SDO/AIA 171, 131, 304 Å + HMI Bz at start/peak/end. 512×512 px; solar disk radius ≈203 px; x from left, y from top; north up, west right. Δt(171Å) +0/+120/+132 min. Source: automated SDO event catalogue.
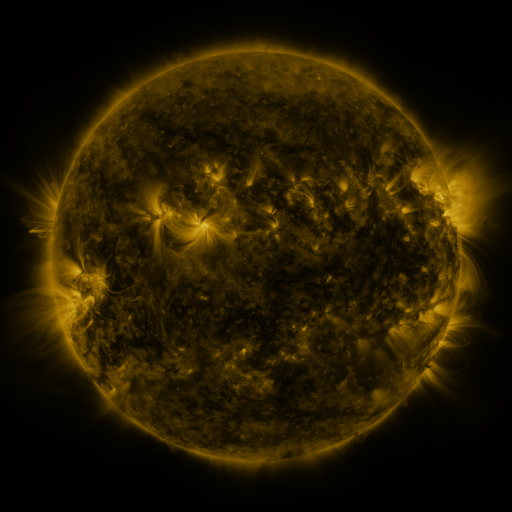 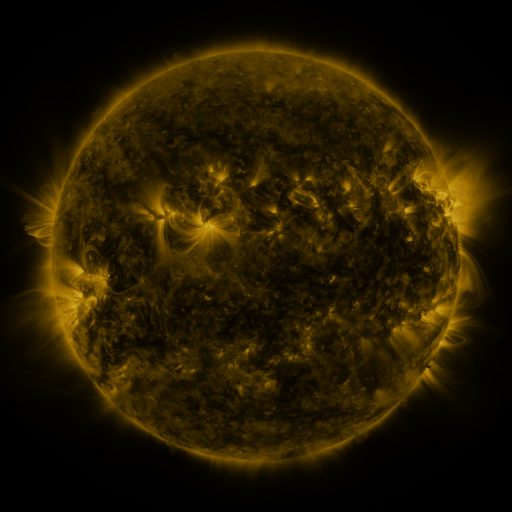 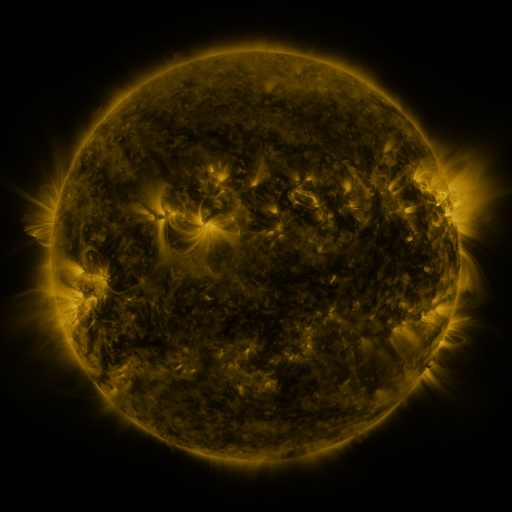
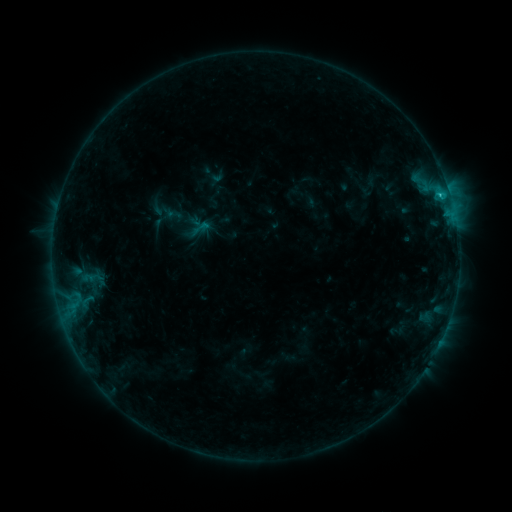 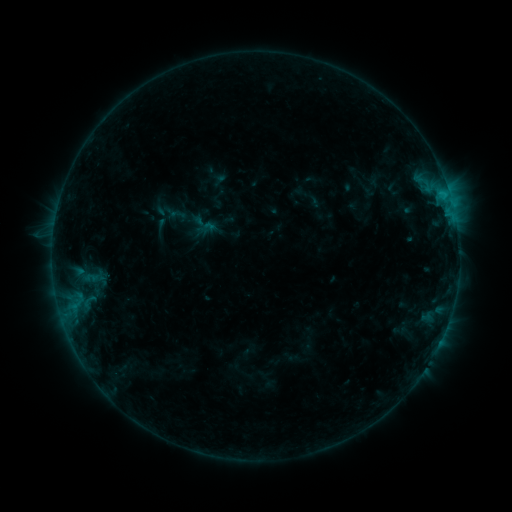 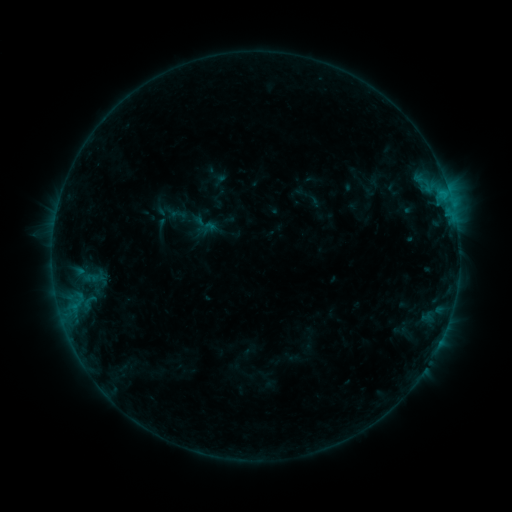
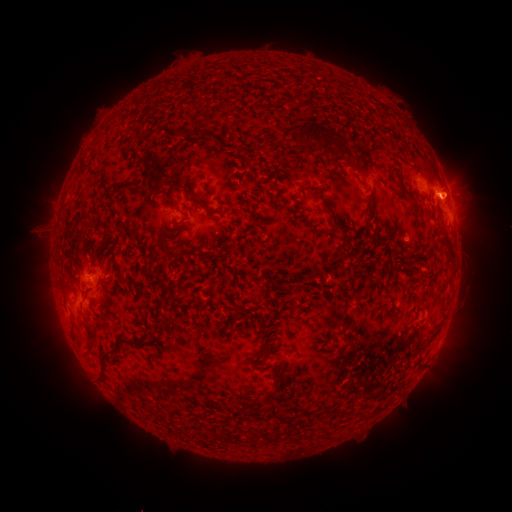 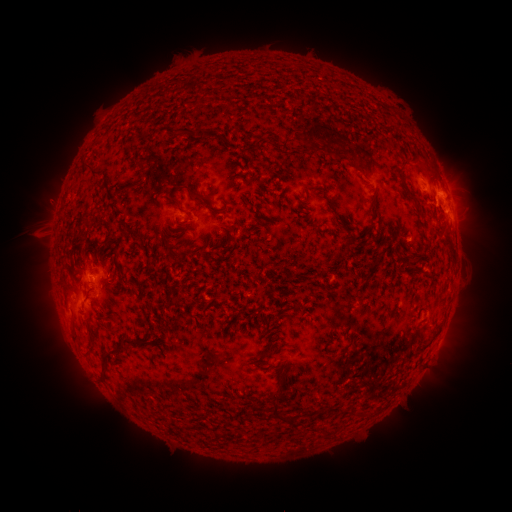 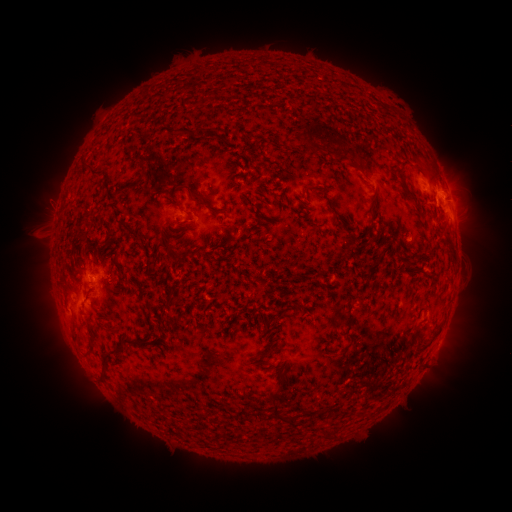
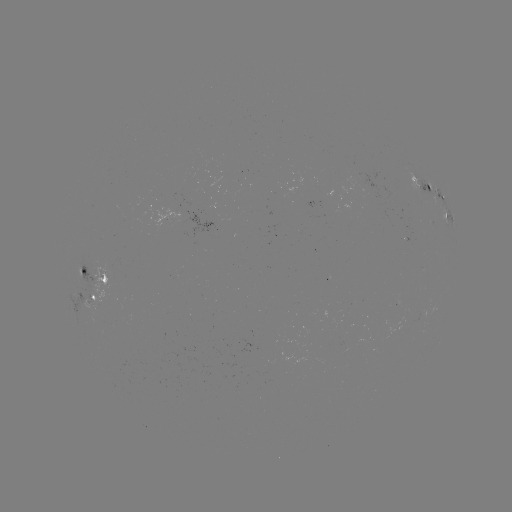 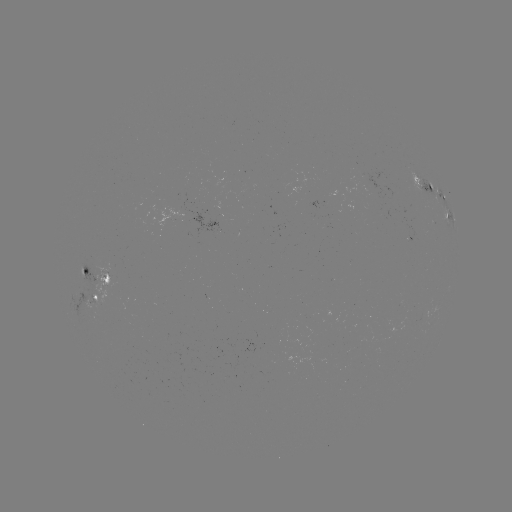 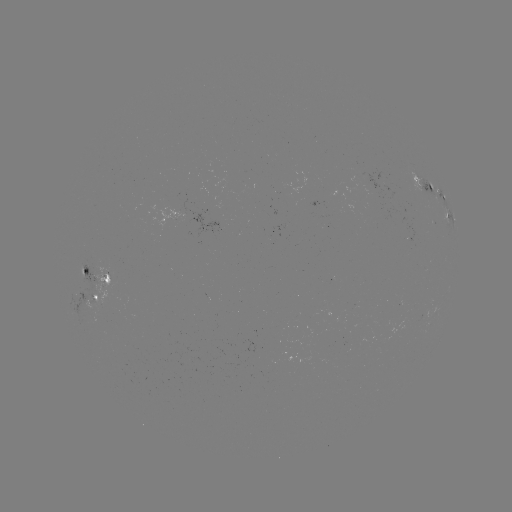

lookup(emerging-flux region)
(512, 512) (83, 266)